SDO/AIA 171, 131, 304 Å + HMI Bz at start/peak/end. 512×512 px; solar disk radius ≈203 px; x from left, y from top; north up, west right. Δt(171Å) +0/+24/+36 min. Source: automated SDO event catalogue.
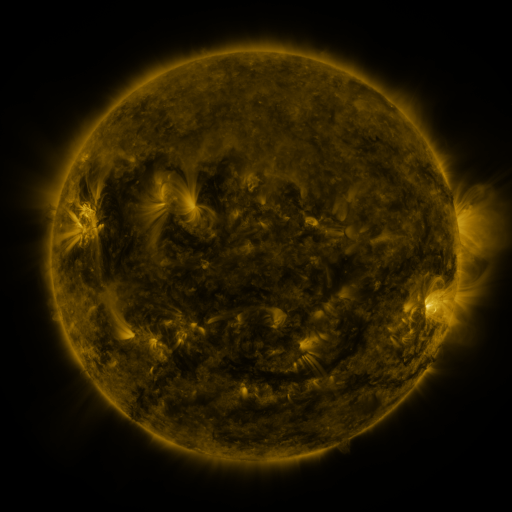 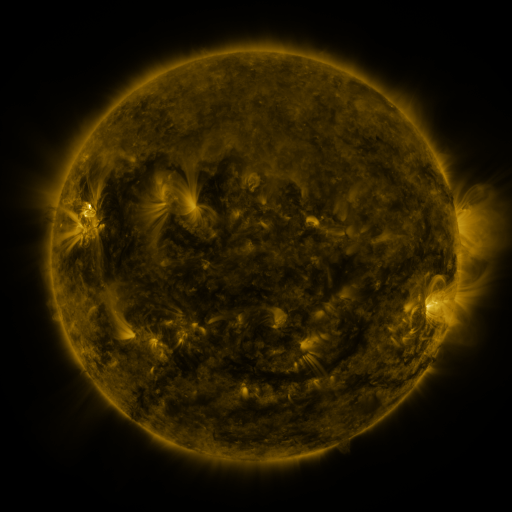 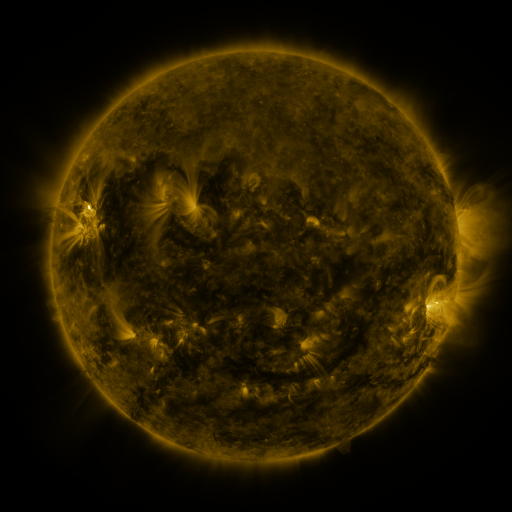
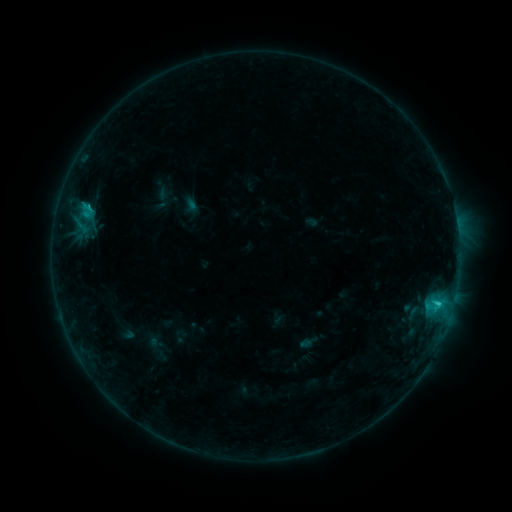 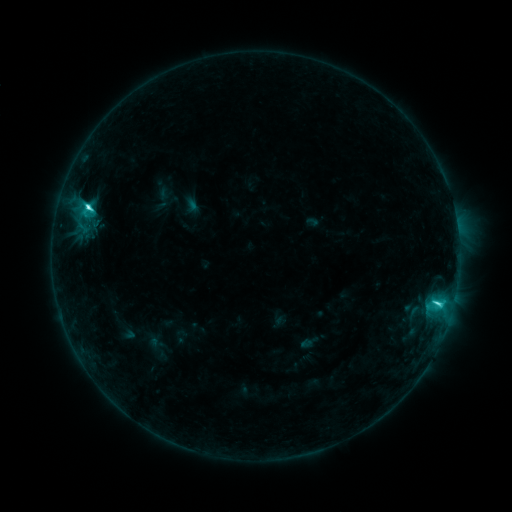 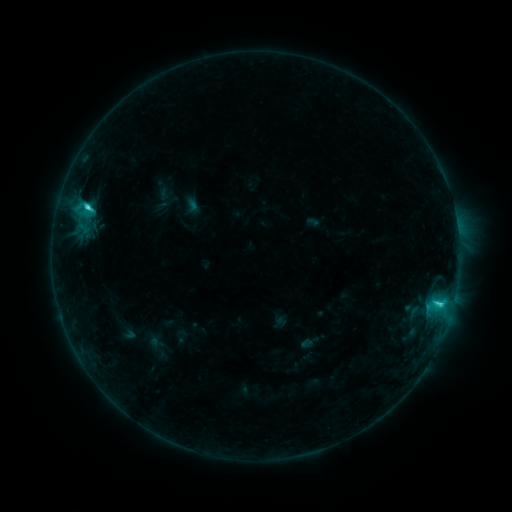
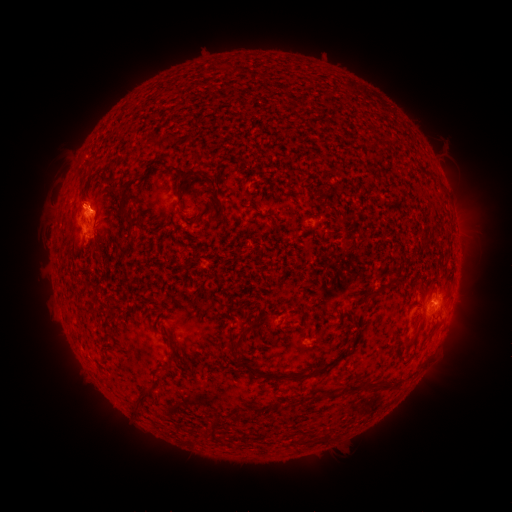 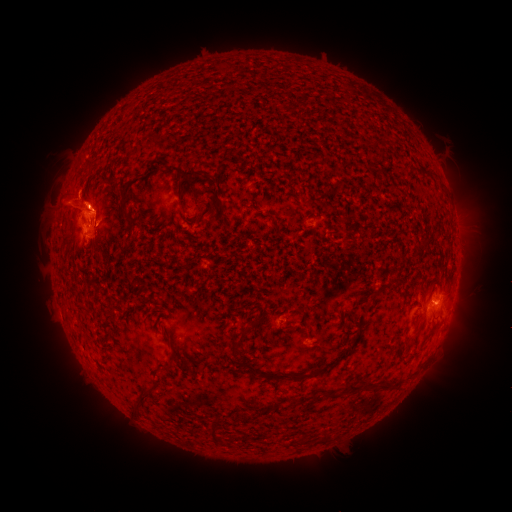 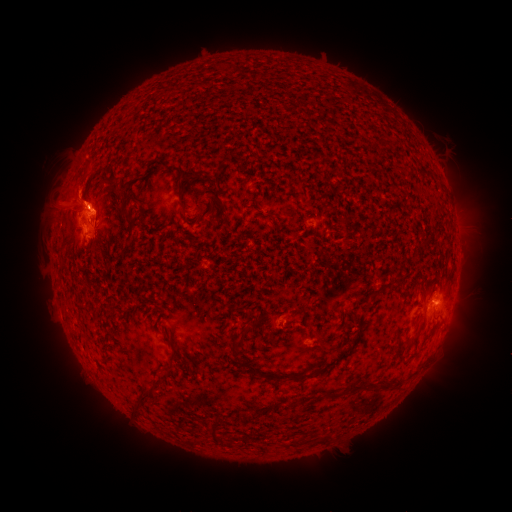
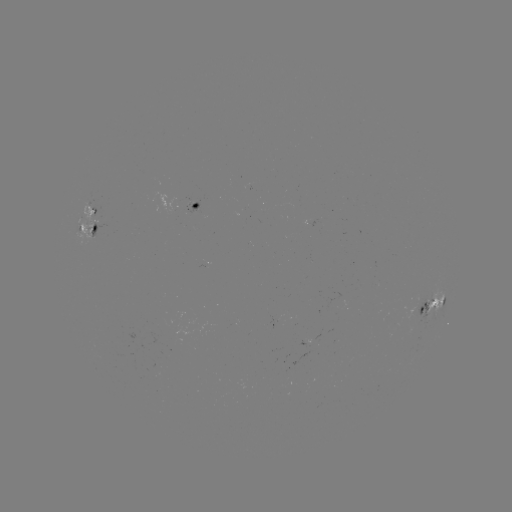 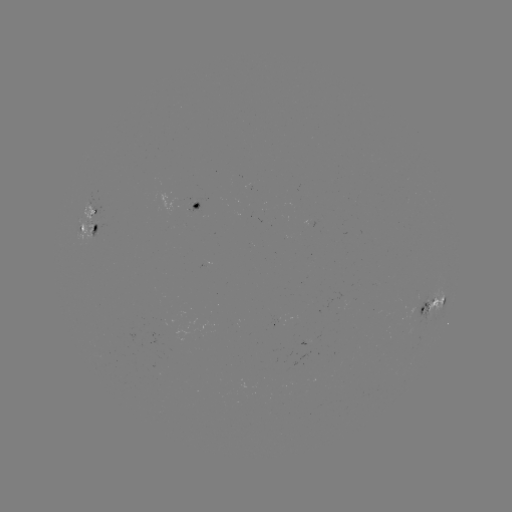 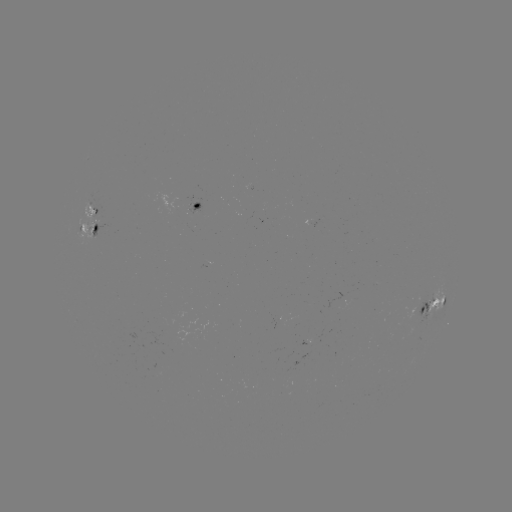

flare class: C5.8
